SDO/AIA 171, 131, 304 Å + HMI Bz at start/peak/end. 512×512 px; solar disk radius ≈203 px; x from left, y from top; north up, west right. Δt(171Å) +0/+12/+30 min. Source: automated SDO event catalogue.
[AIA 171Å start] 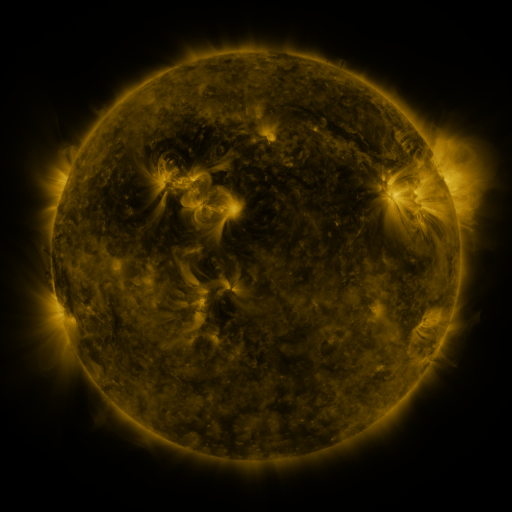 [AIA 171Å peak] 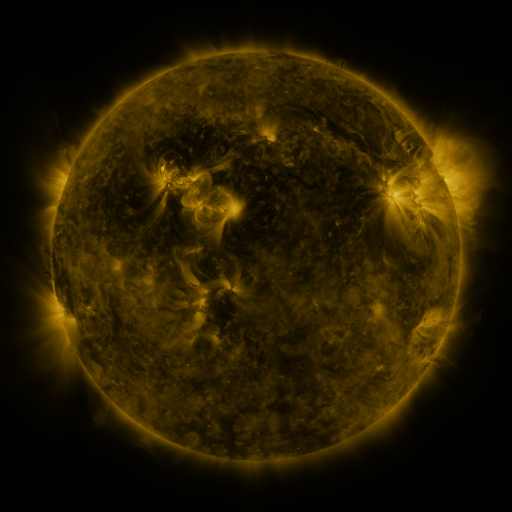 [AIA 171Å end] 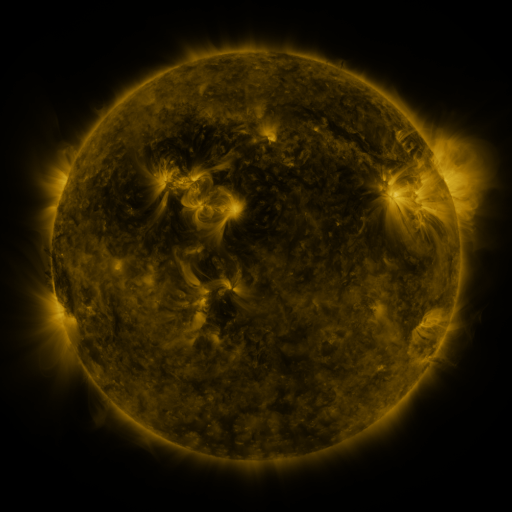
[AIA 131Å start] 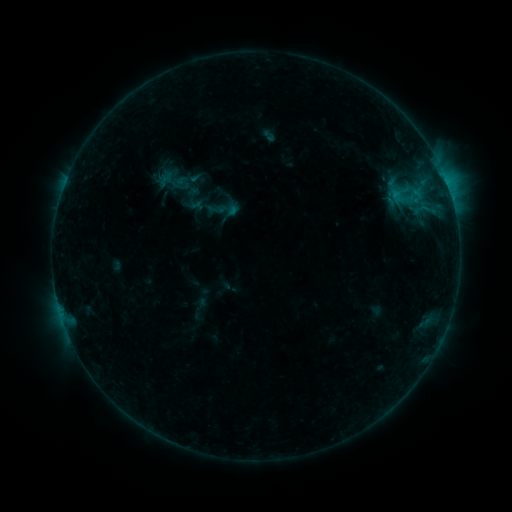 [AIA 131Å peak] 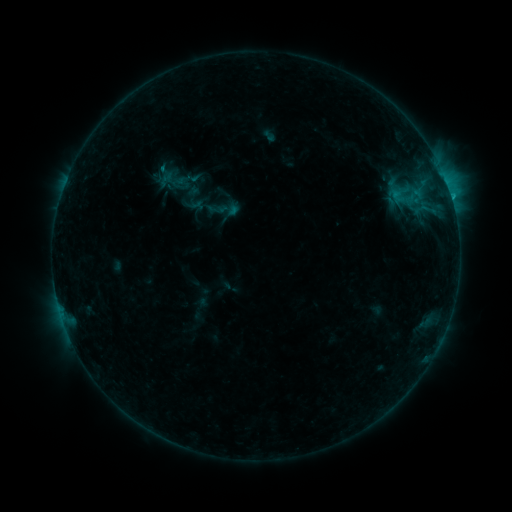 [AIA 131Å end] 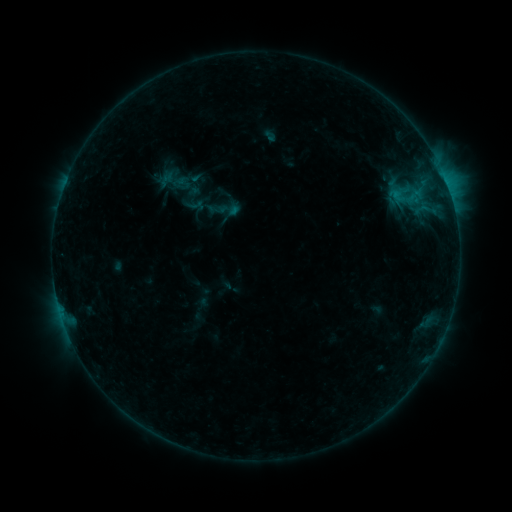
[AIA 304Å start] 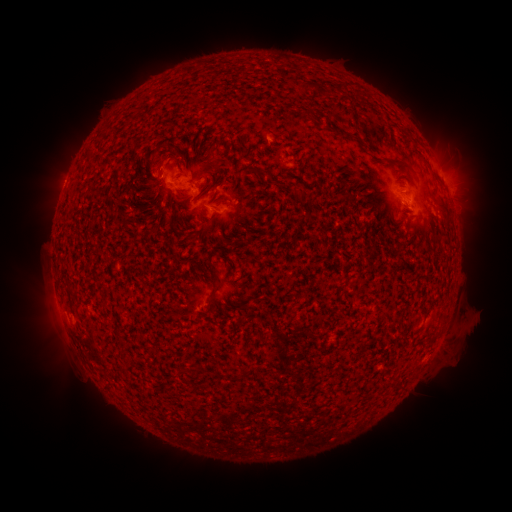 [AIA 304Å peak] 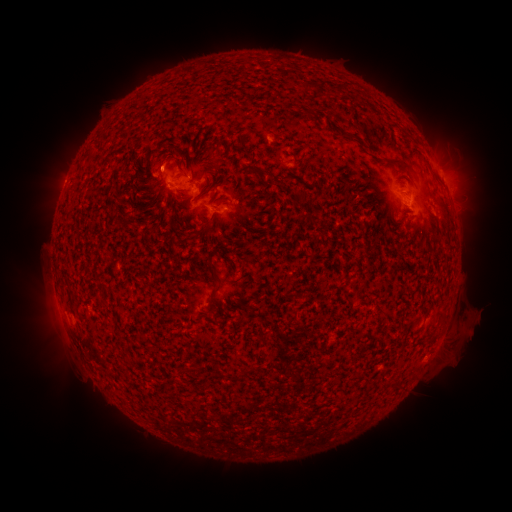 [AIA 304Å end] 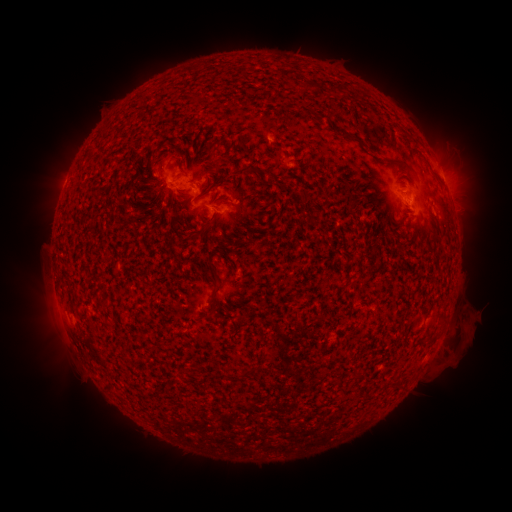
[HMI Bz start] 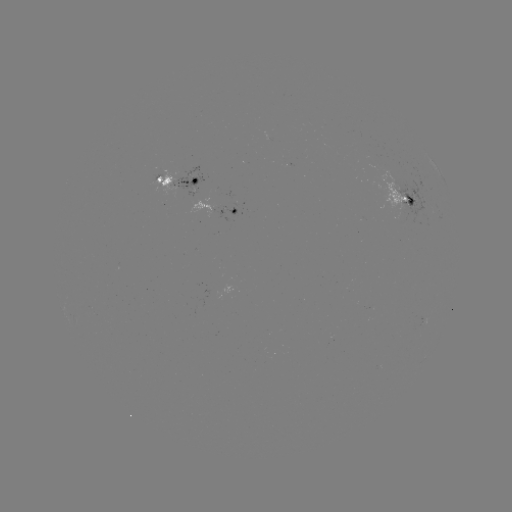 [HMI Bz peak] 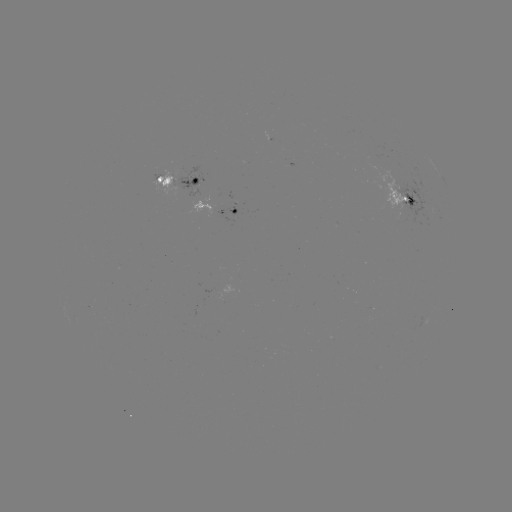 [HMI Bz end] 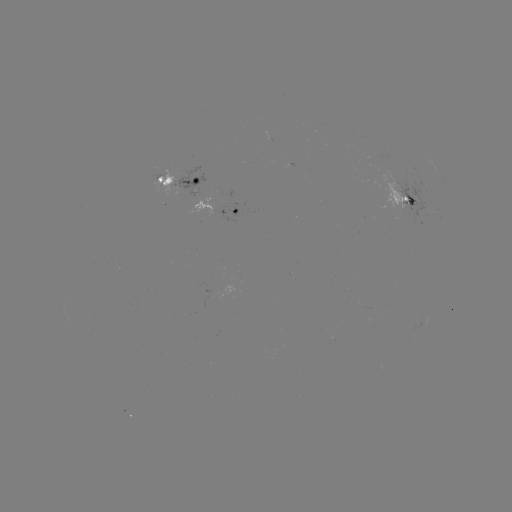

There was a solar flare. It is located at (451, 199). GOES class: B7.4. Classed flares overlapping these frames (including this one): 1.